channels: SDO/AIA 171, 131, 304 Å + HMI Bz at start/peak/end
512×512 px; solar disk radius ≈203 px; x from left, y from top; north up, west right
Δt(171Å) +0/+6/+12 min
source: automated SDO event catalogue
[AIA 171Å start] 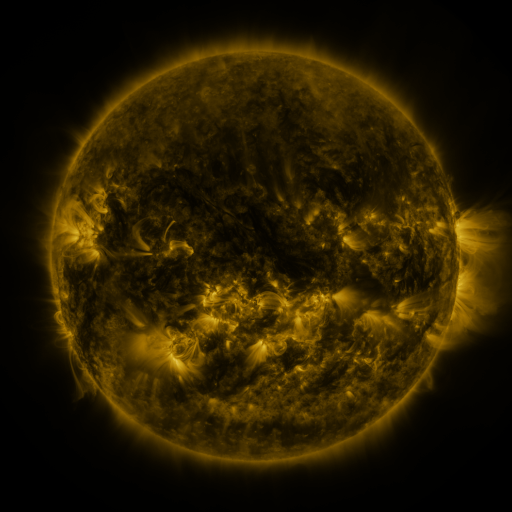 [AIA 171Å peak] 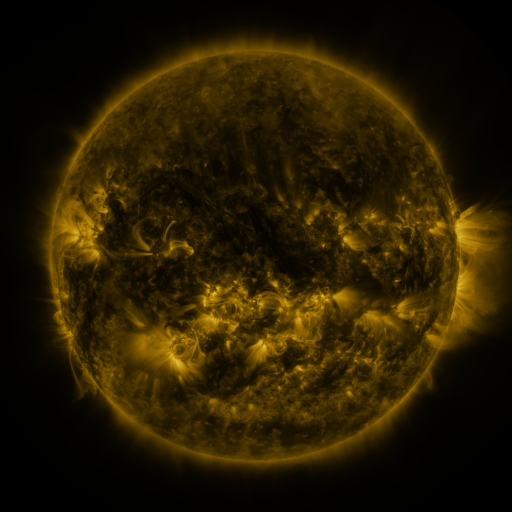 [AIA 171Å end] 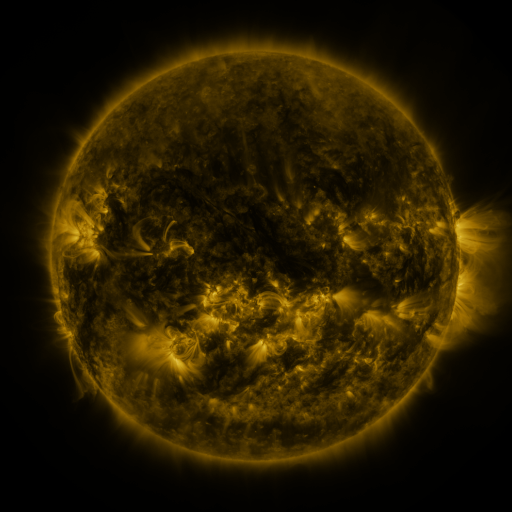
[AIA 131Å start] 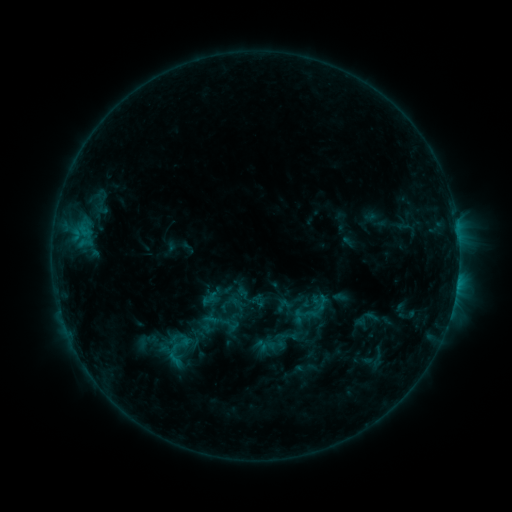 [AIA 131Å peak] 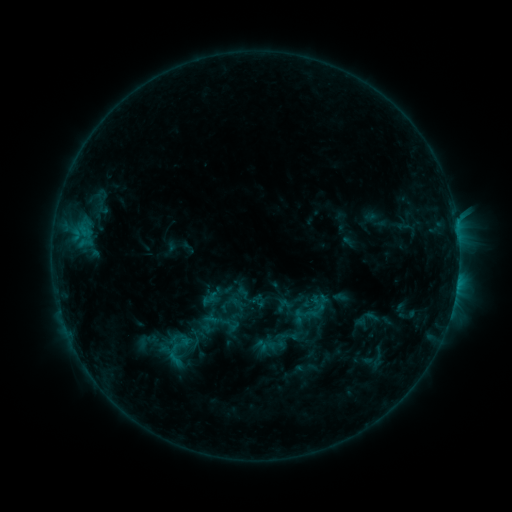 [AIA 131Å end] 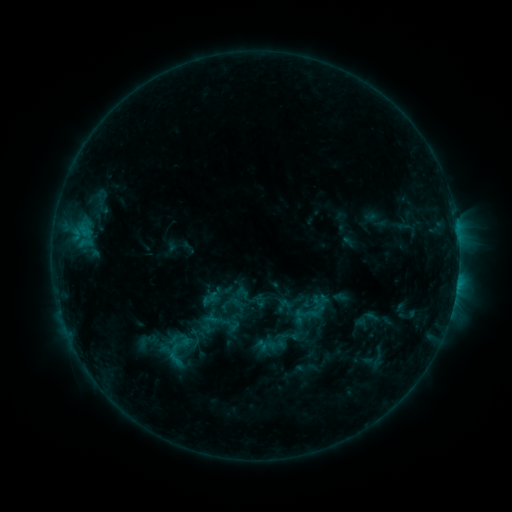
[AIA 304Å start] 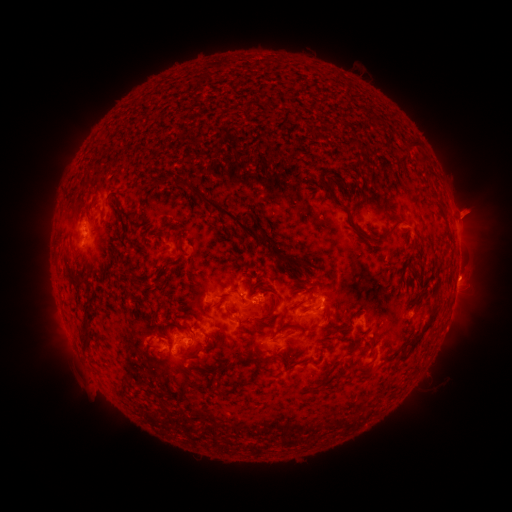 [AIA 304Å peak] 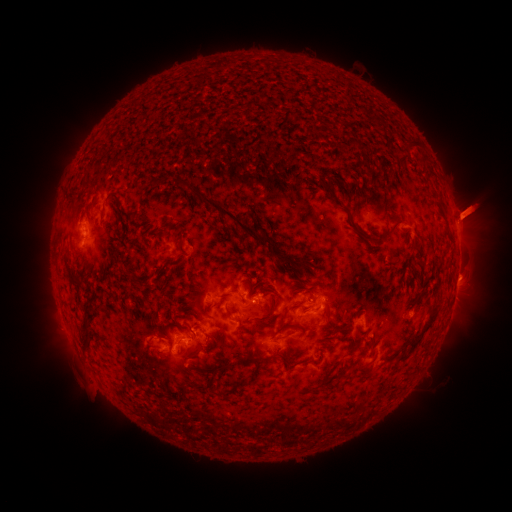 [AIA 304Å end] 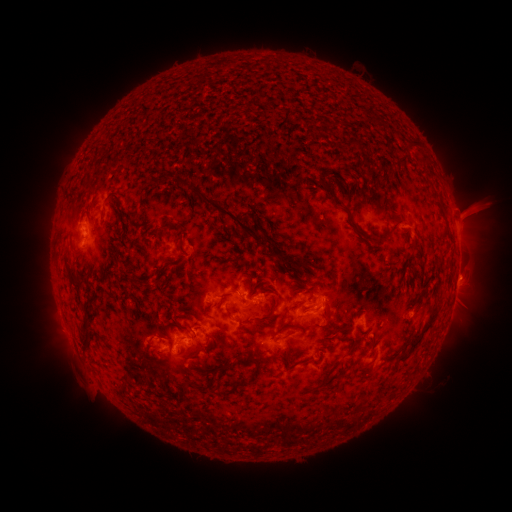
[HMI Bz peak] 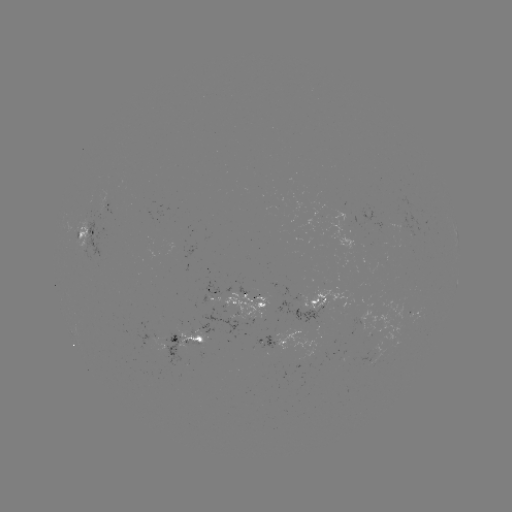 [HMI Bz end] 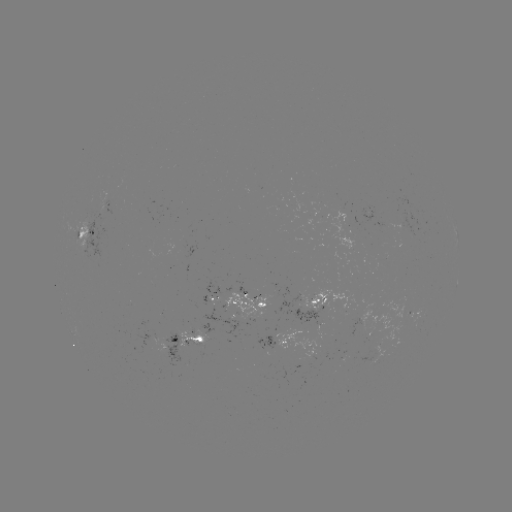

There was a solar eruption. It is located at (474, 212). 